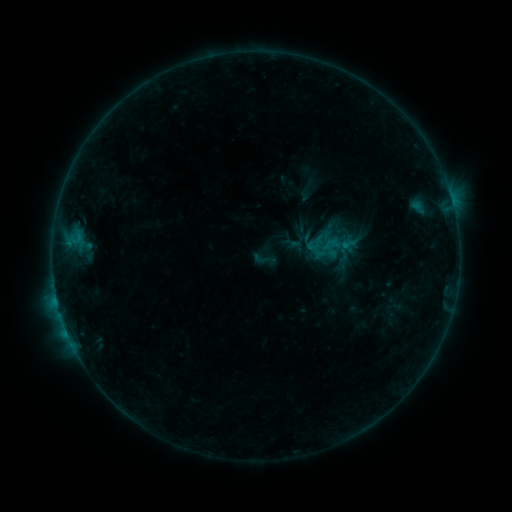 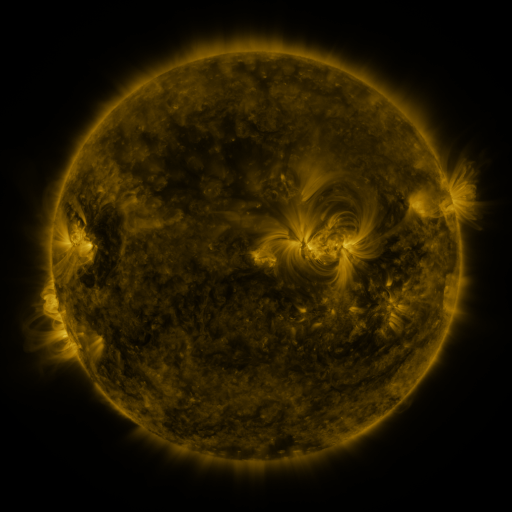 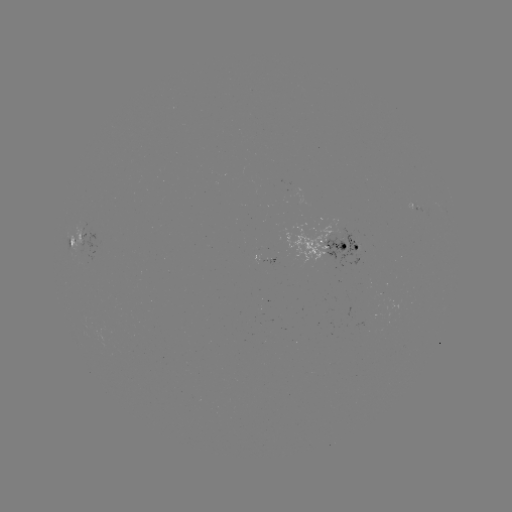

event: sigmoid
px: (264, 259)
